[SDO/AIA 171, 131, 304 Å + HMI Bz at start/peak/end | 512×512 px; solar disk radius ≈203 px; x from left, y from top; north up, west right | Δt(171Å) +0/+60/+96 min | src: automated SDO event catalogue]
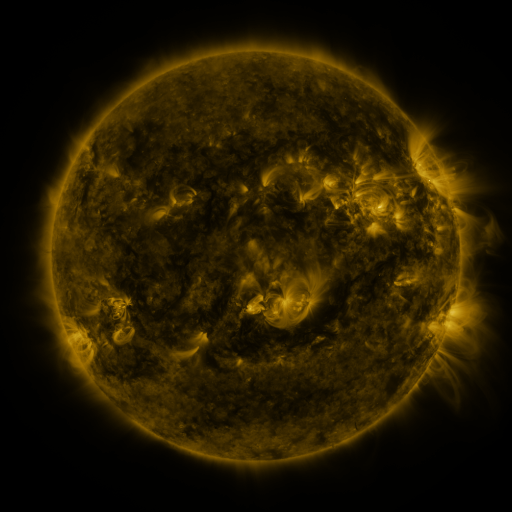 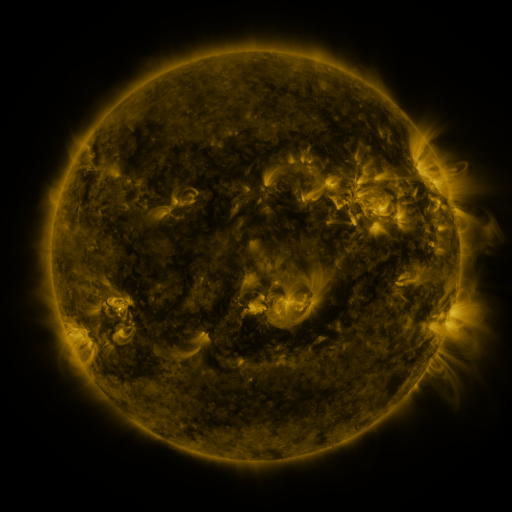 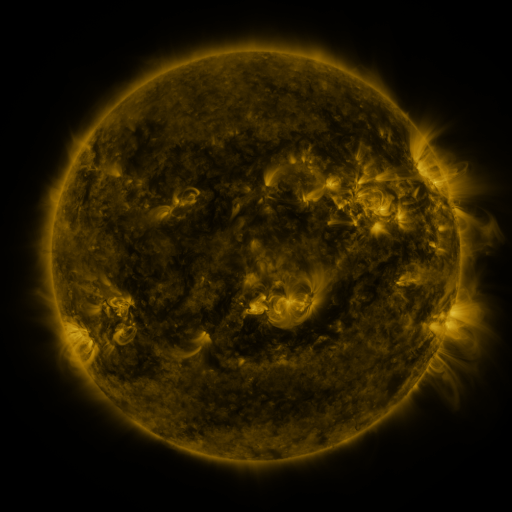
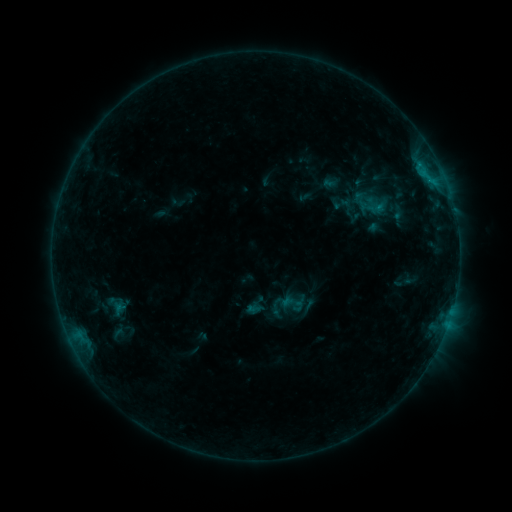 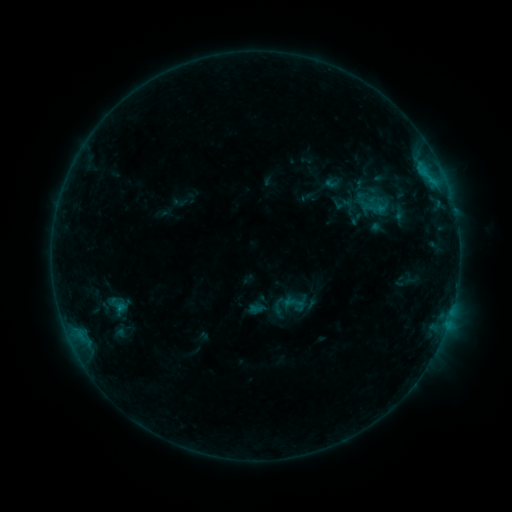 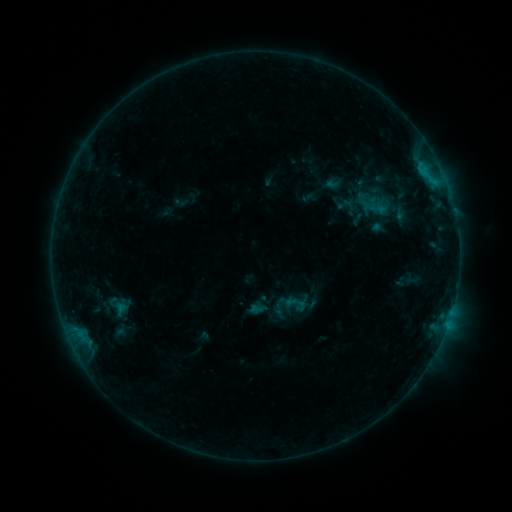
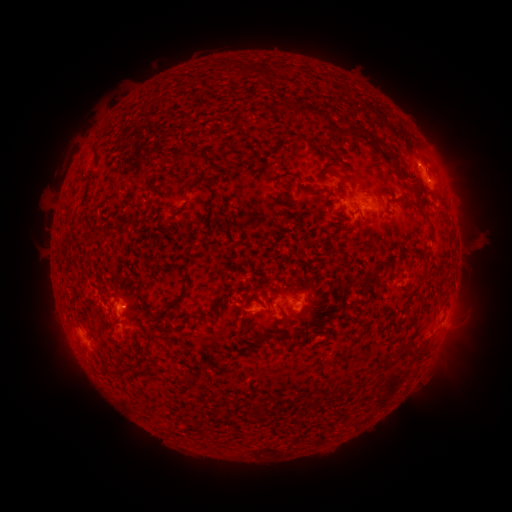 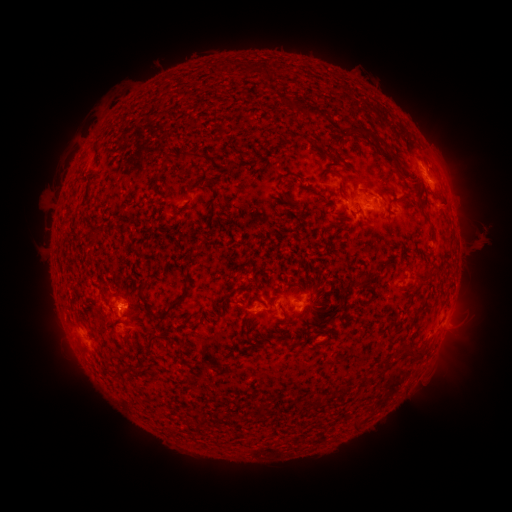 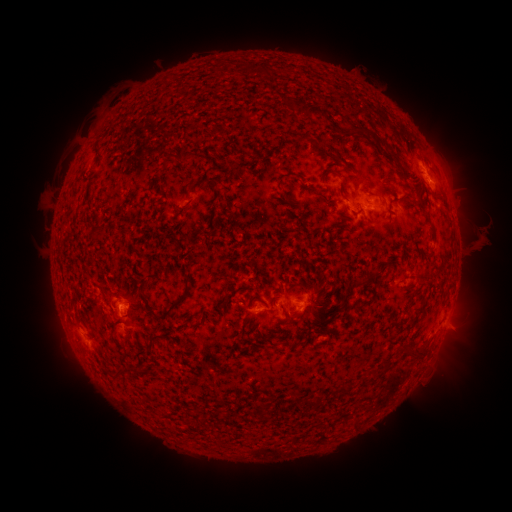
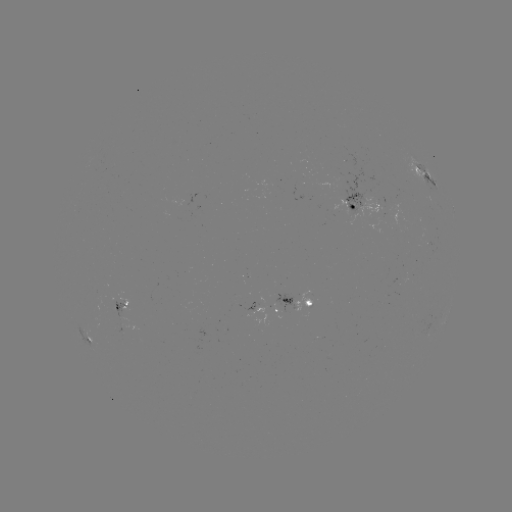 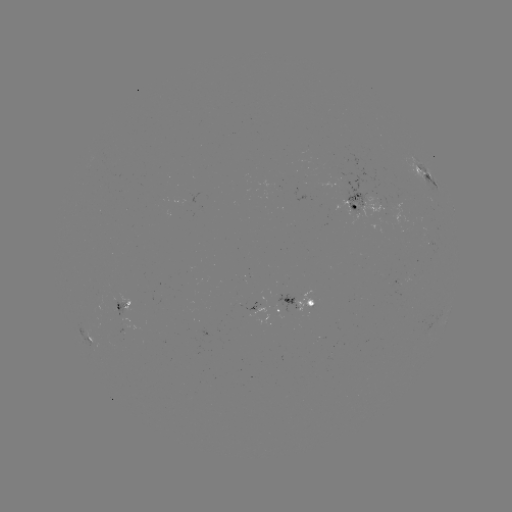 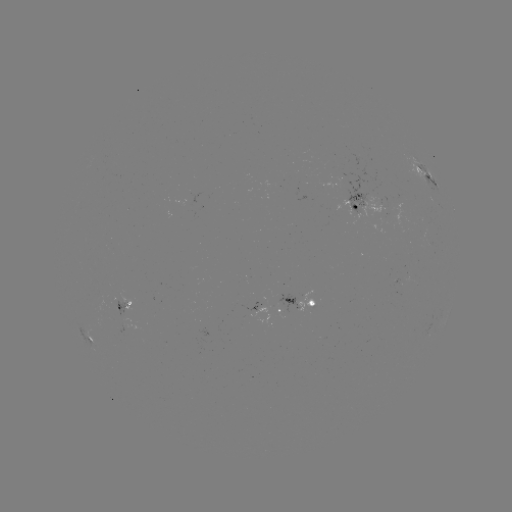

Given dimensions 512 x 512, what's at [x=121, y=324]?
emerging-flux region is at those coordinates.